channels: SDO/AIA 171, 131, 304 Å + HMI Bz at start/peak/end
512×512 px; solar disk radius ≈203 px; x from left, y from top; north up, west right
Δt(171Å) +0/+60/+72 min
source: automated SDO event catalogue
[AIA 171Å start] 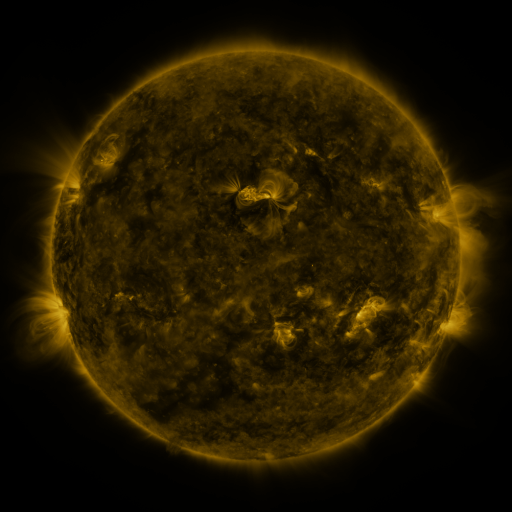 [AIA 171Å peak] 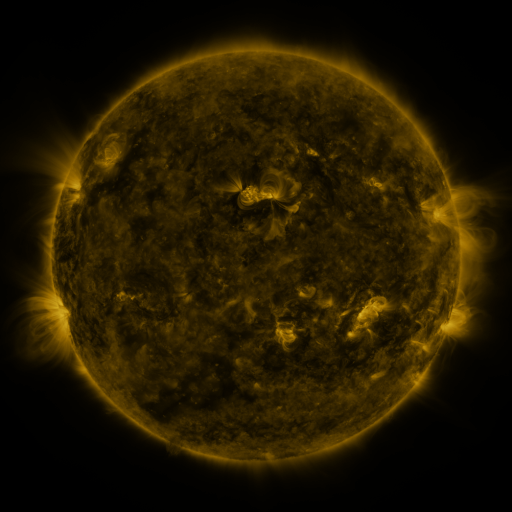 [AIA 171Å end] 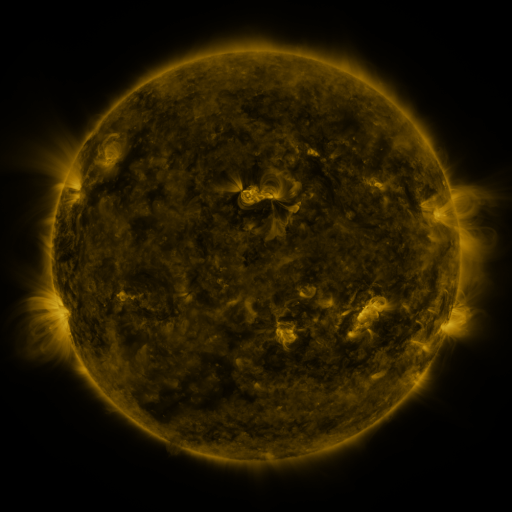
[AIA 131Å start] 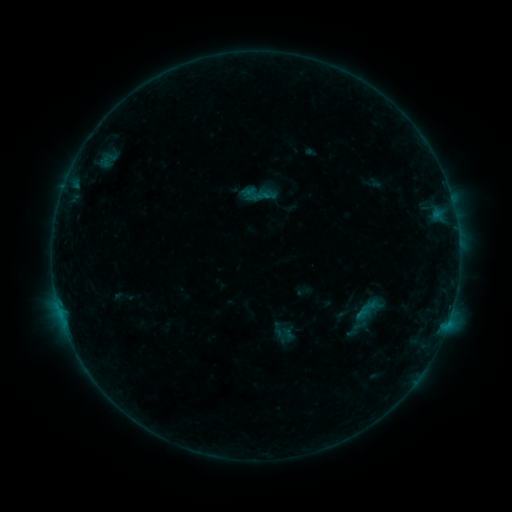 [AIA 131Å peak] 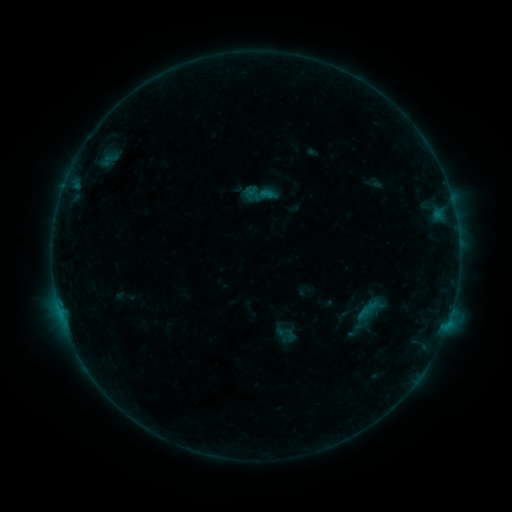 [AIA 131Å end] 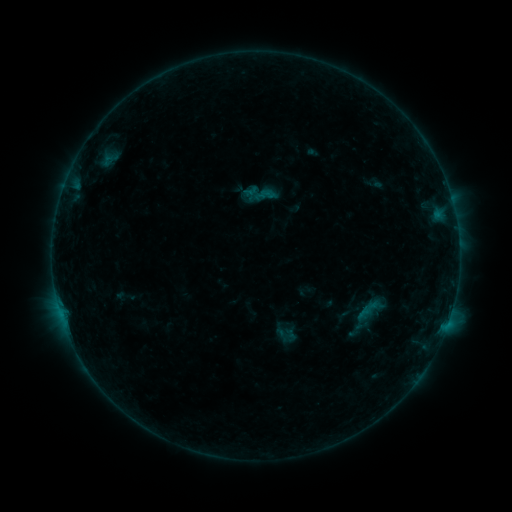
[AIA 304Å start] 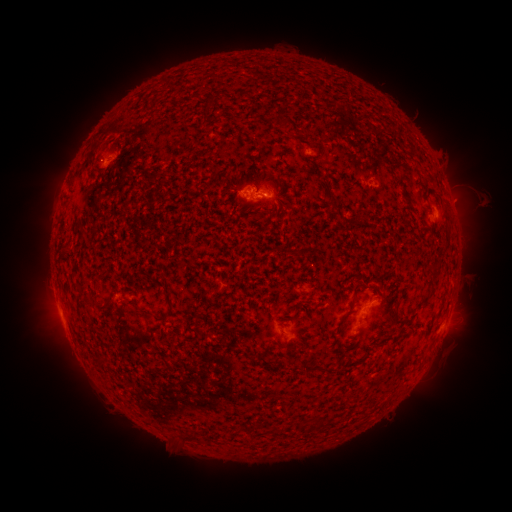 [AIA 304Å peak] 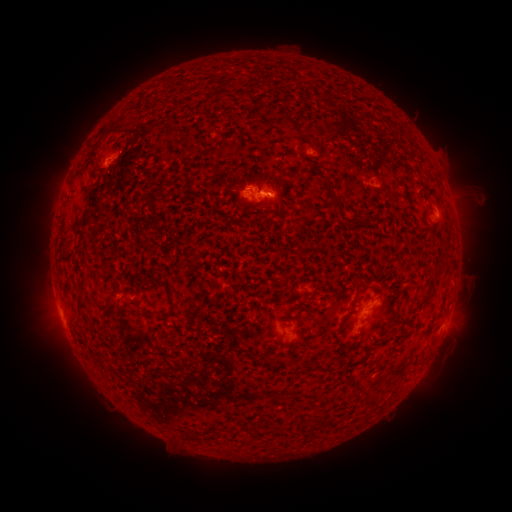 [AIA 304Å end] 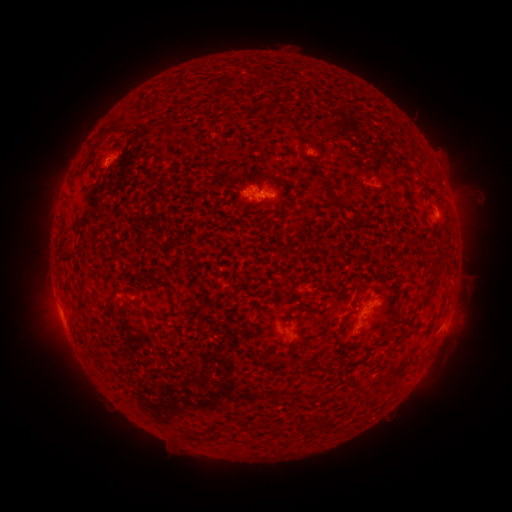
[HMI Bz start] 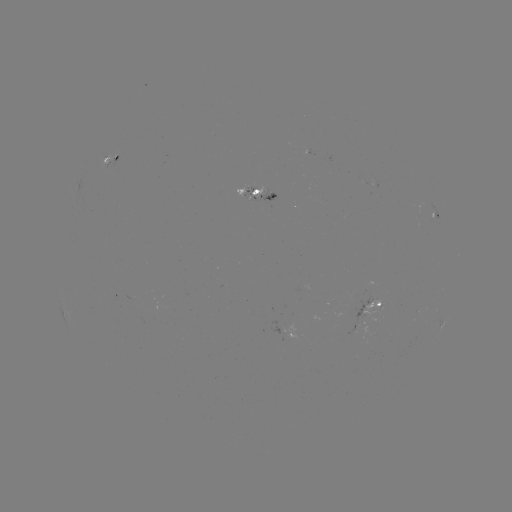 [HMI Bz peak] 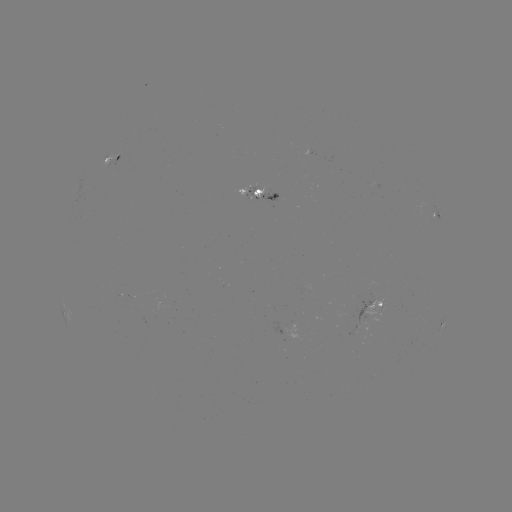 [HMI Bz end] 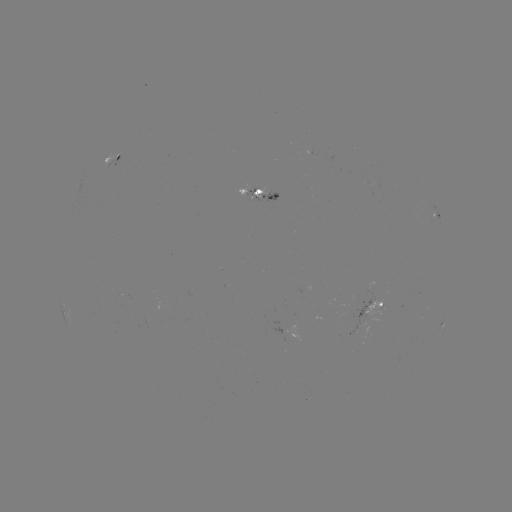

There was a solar emerging-flux region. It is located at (356, 326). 